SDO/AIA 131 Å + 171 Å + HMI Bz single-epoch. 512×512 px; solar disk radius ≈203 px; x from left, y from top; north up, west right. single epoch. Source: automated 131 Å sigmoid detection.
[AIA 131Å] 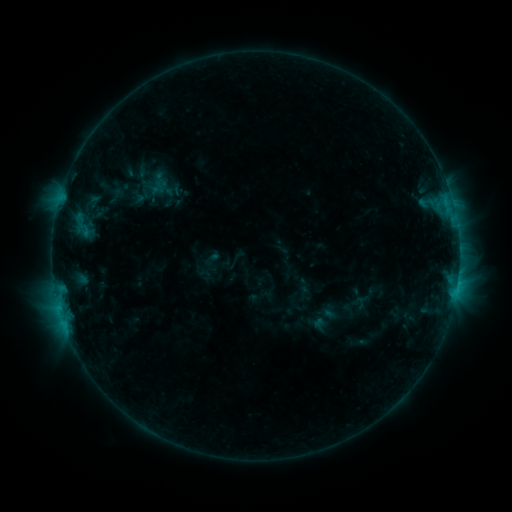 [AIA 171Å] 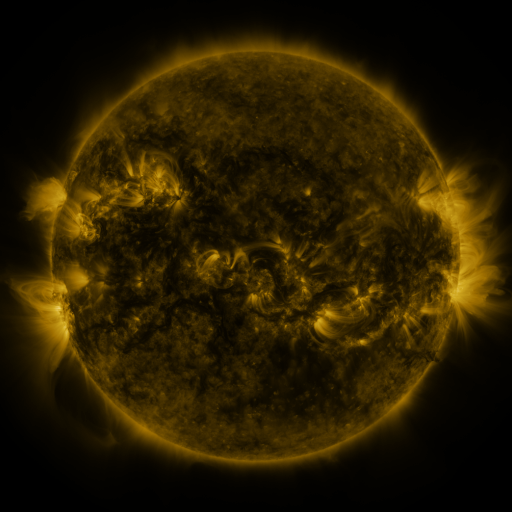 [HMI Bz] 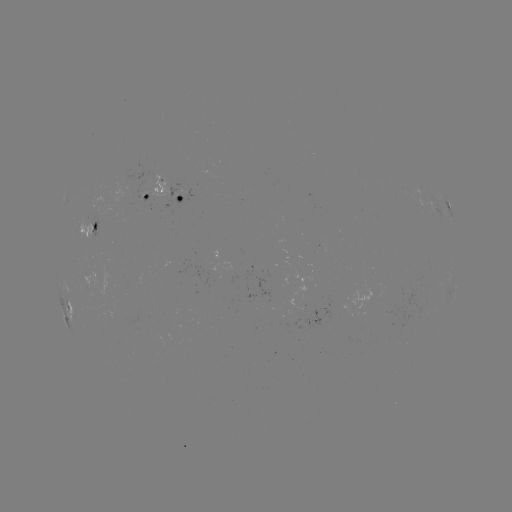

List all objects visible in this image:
sigmoid: (162, 185)
